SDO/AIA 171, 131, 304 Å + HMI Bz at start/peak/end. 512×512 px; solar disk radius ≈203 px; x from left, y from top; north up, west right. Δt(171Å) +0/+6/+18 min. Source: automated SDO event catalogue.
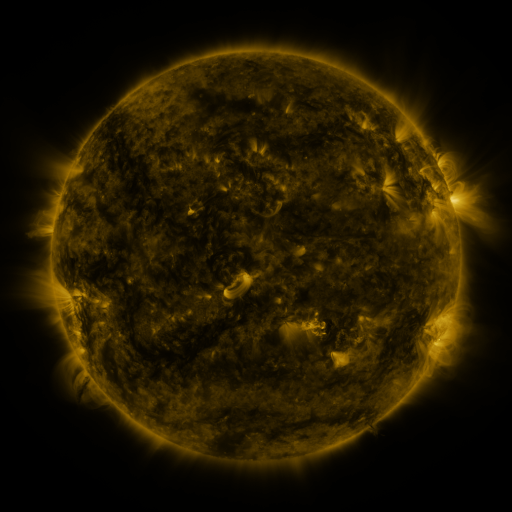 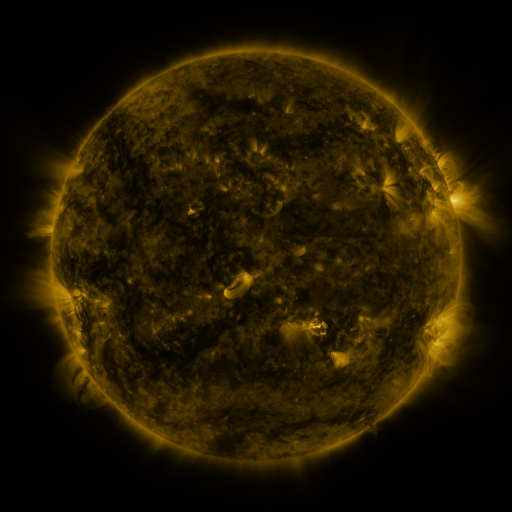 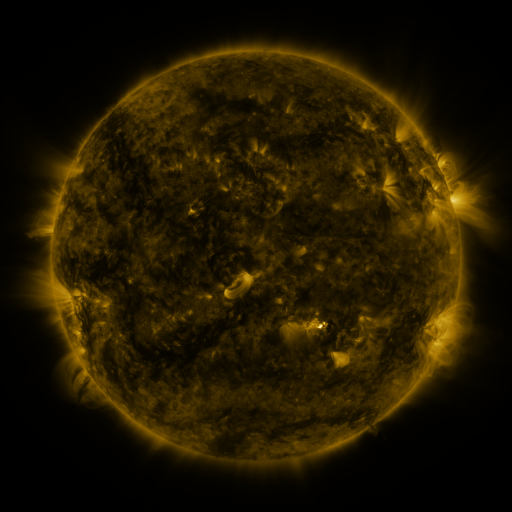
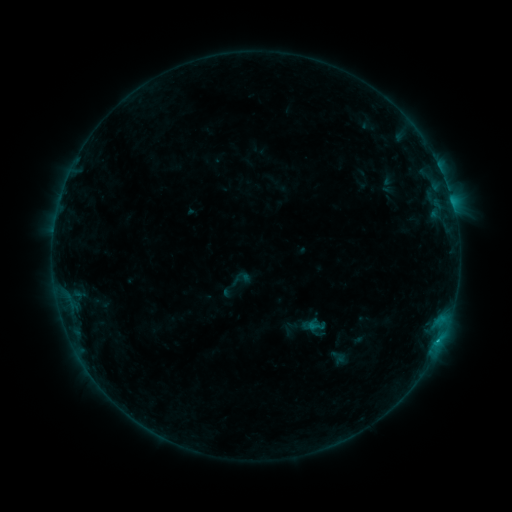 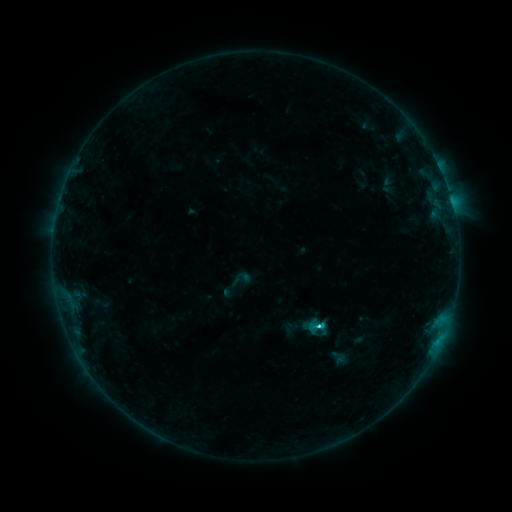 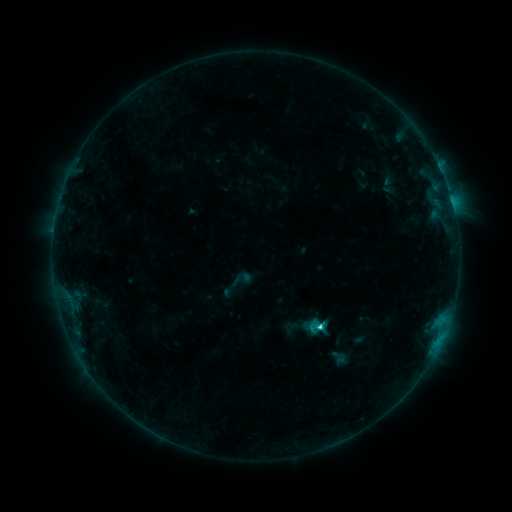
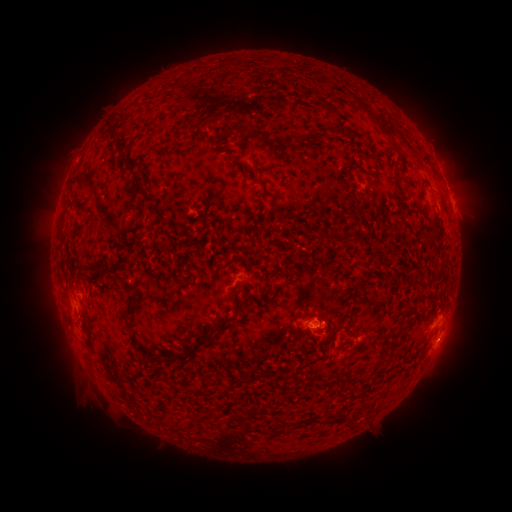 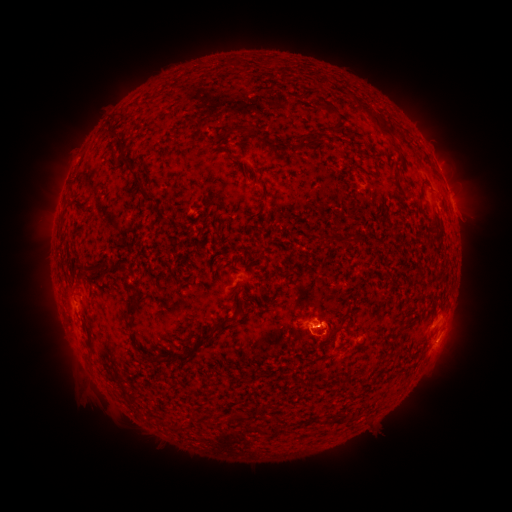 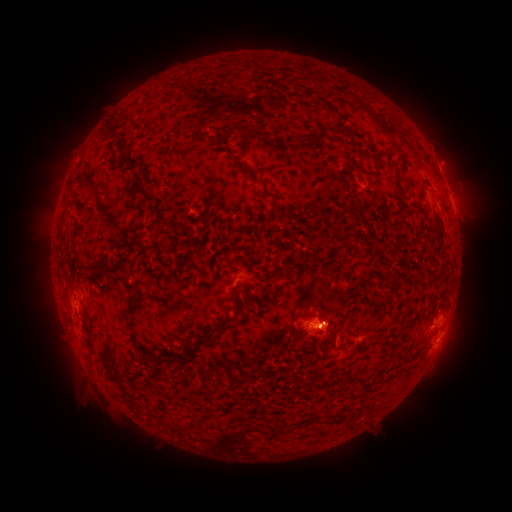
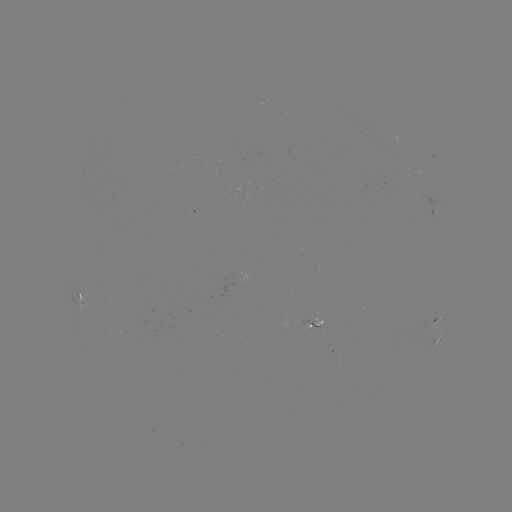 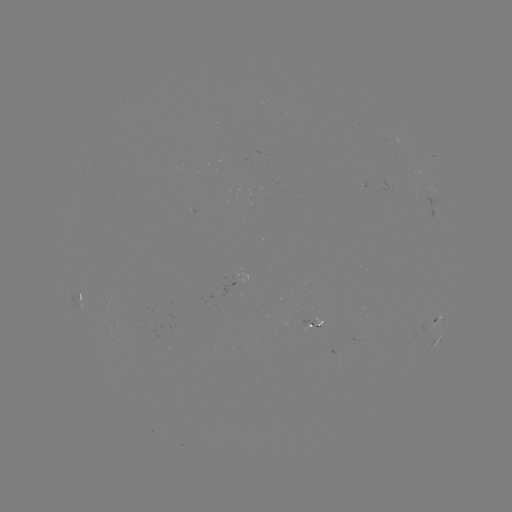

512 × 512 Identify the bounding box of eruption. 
[282, 296, 355, 360].